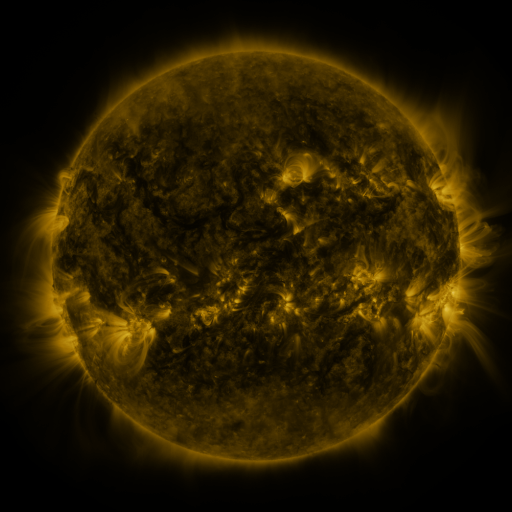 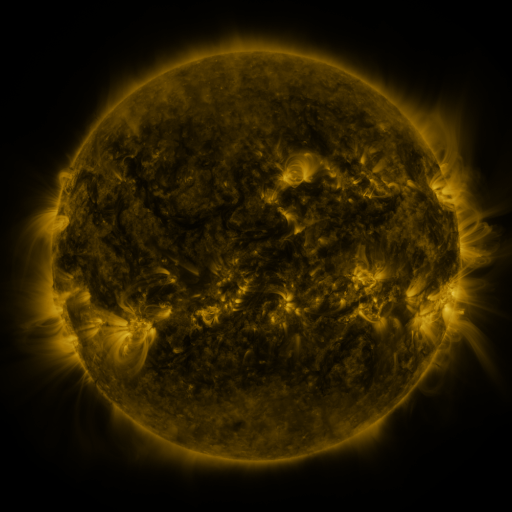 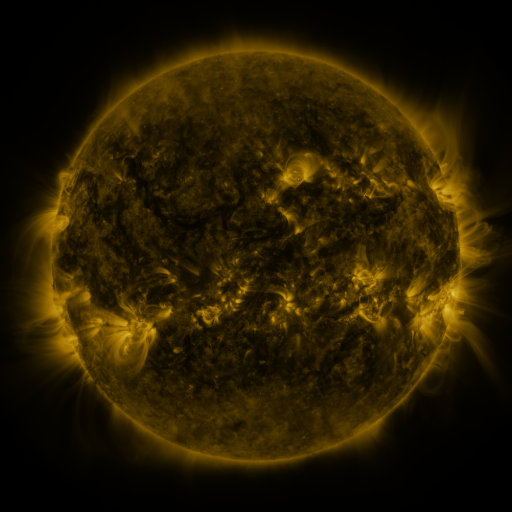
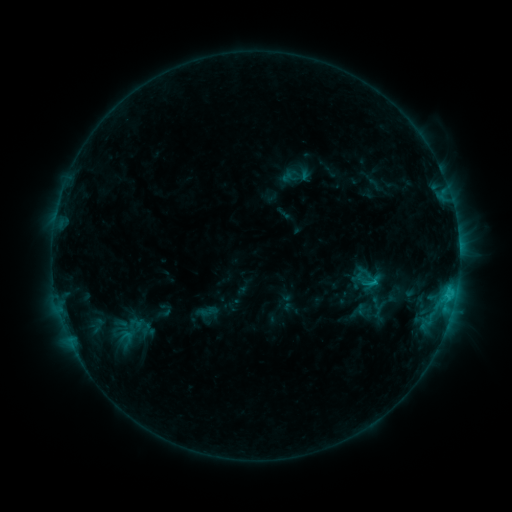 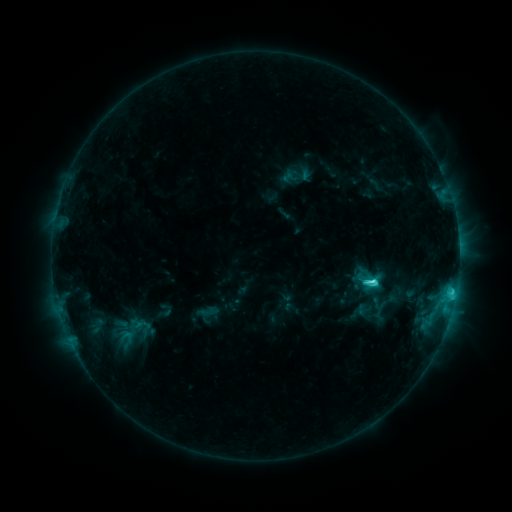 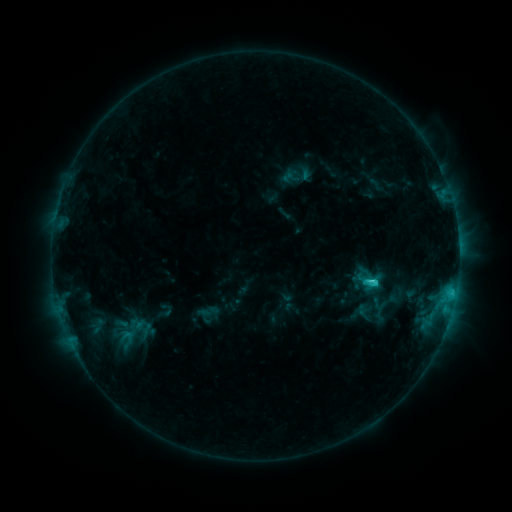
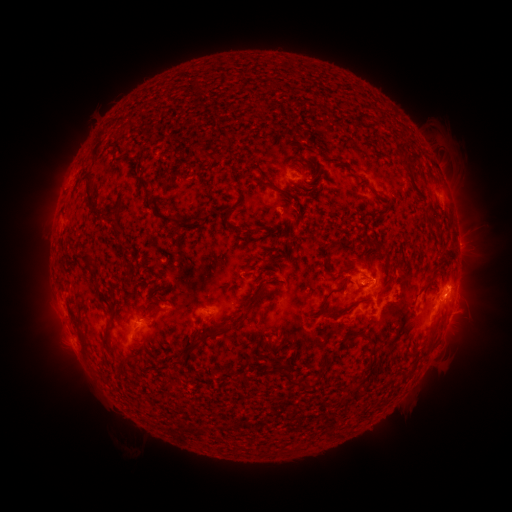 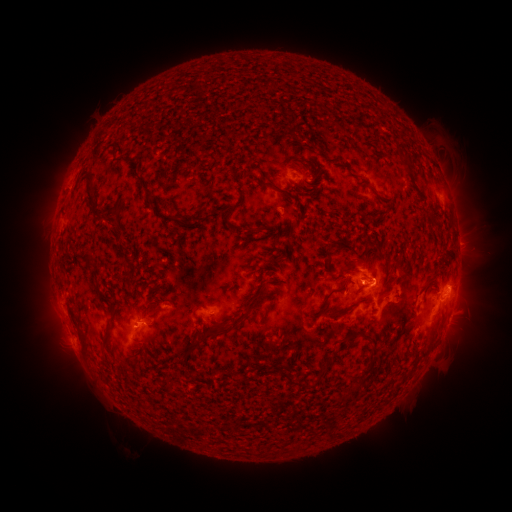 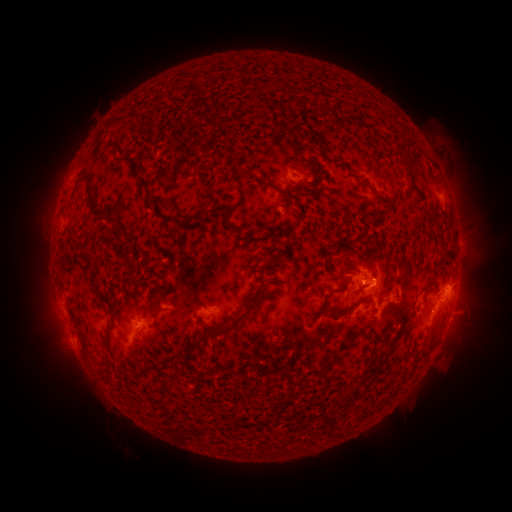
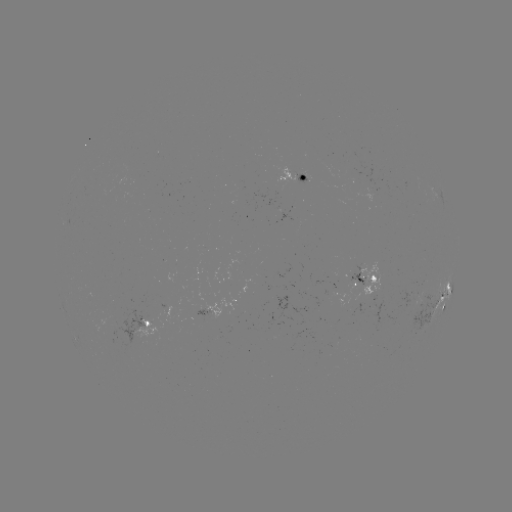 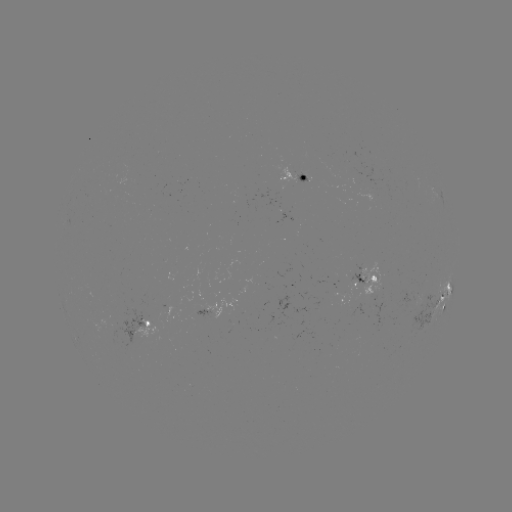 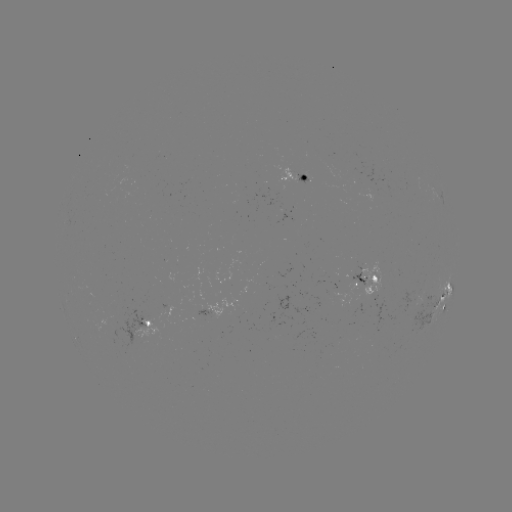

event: flare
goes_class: C4.3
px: (370, 280)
